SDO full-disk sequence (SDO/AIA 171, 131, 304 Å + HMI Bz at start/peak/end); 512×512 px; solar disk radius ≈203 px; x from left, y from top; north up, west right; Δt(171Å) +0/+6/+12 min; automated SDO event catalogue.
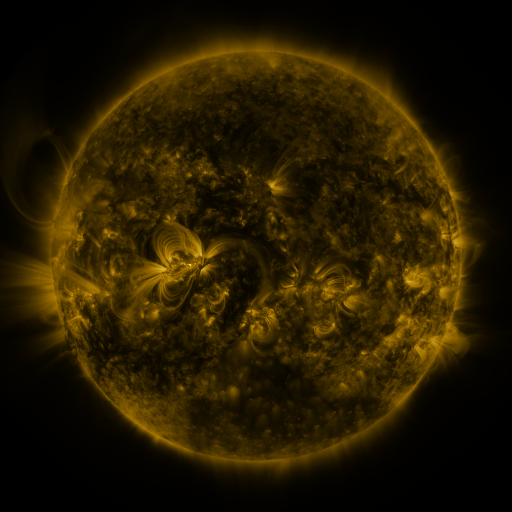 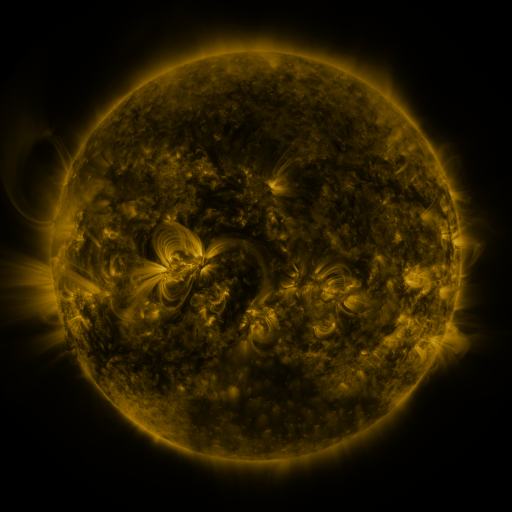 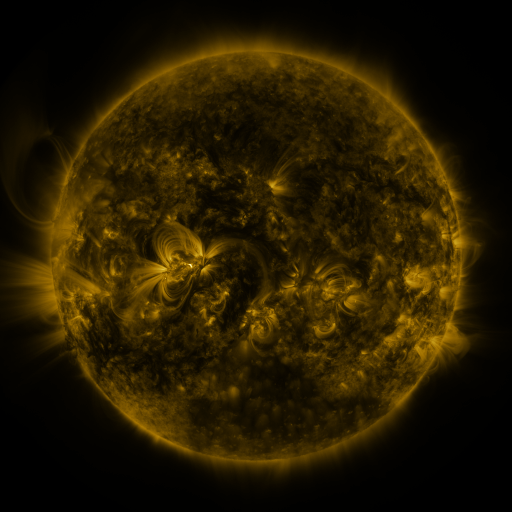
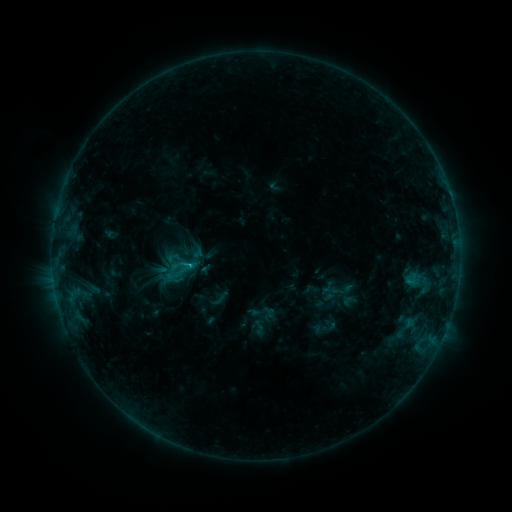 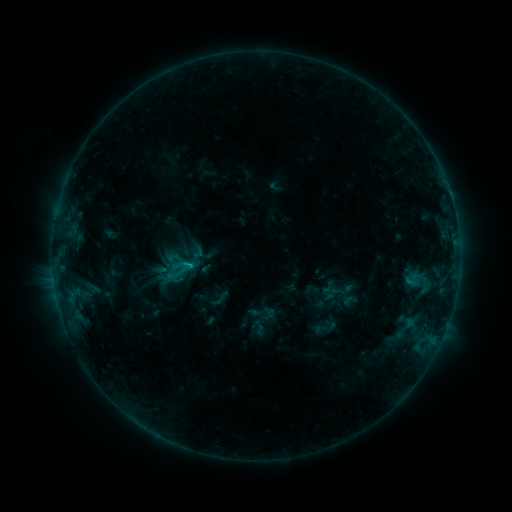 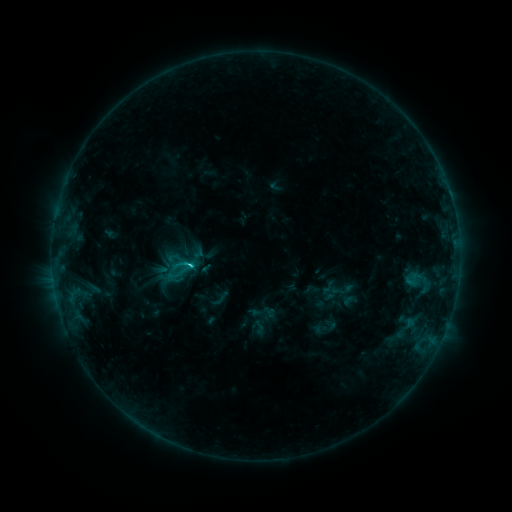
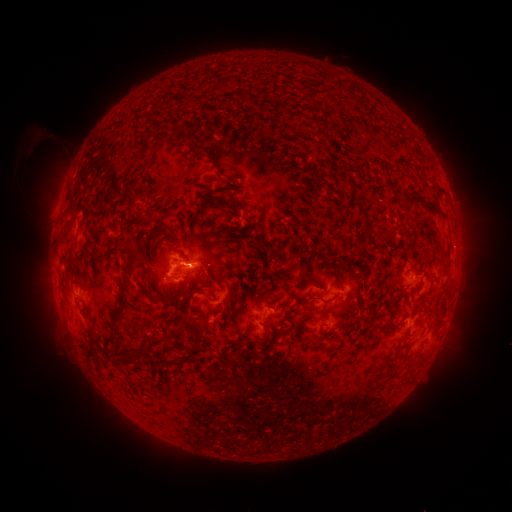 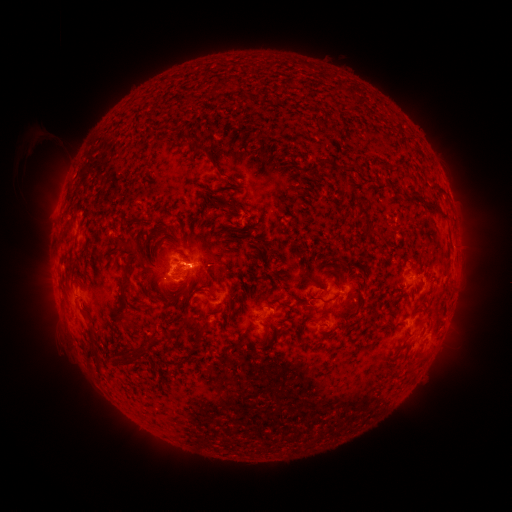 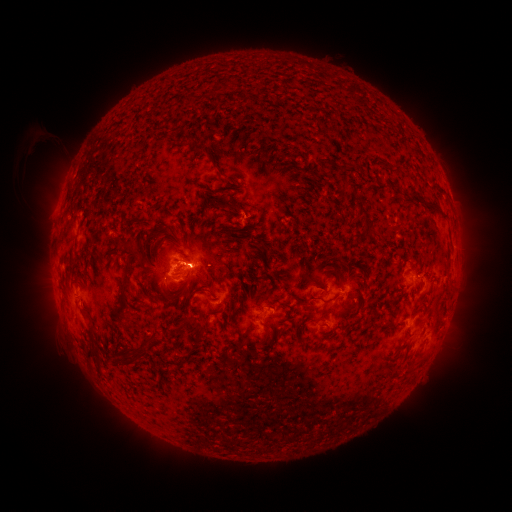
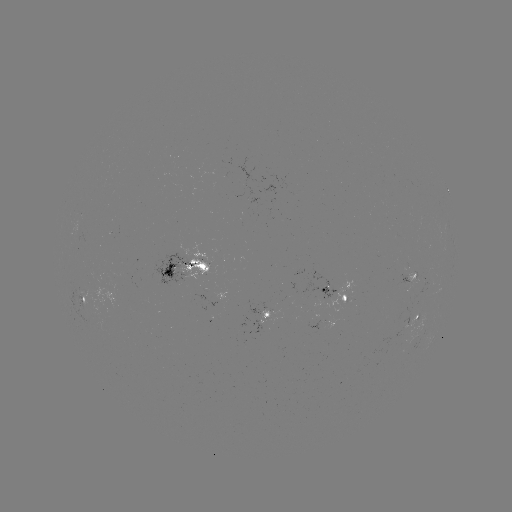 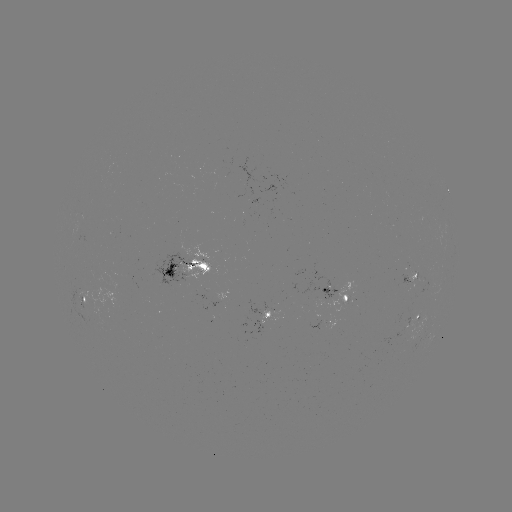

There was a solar flare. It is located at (189, 262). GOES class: C2.9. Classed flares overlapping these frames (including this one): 3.